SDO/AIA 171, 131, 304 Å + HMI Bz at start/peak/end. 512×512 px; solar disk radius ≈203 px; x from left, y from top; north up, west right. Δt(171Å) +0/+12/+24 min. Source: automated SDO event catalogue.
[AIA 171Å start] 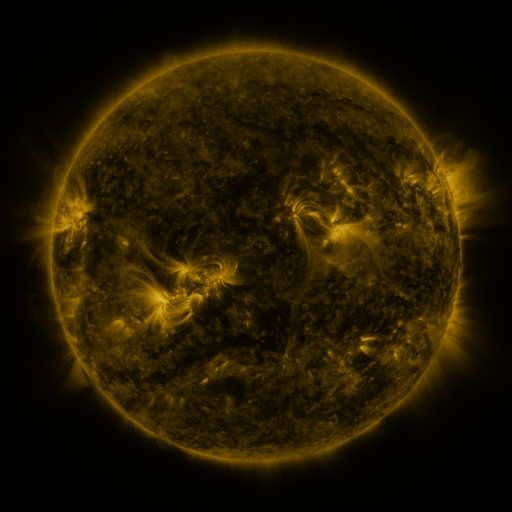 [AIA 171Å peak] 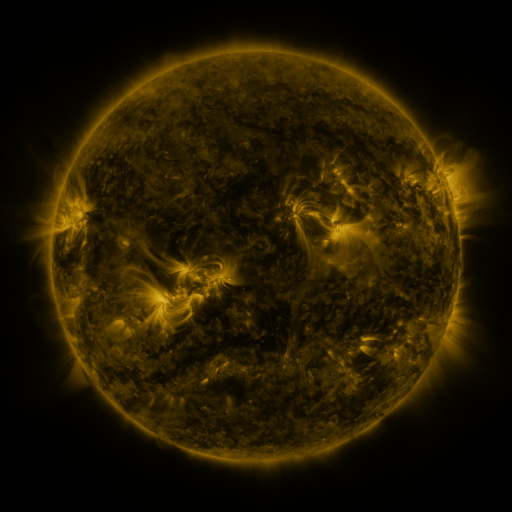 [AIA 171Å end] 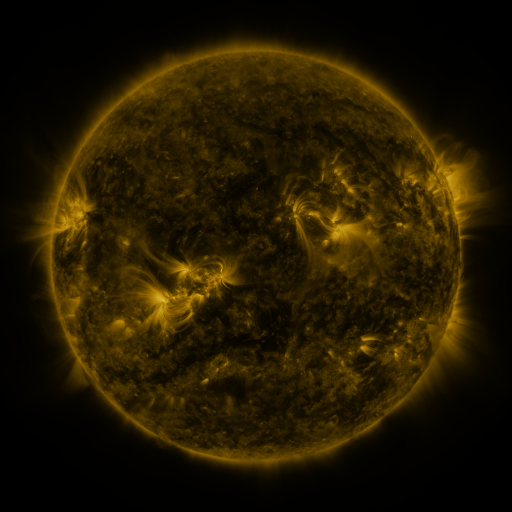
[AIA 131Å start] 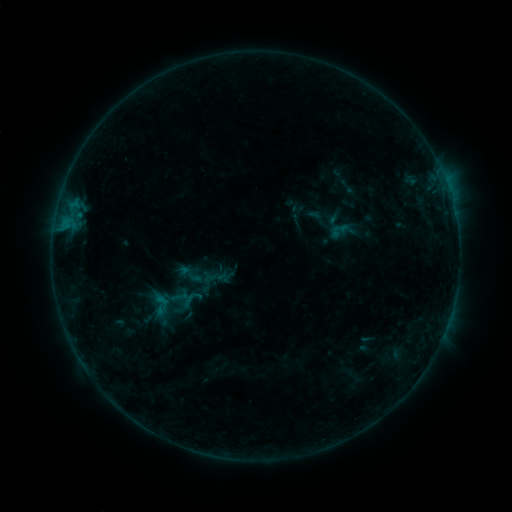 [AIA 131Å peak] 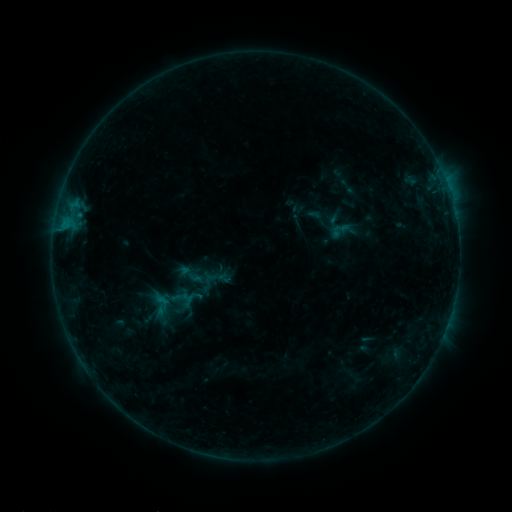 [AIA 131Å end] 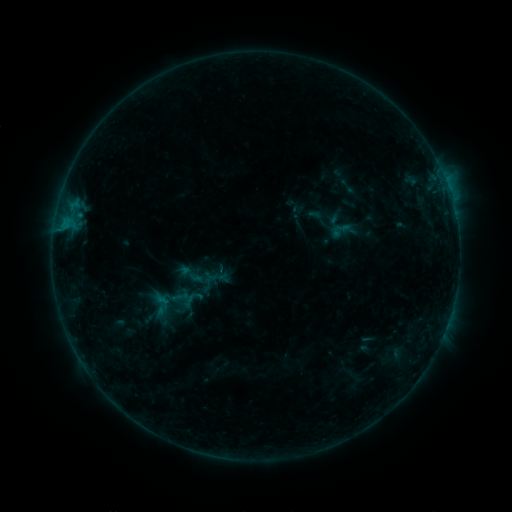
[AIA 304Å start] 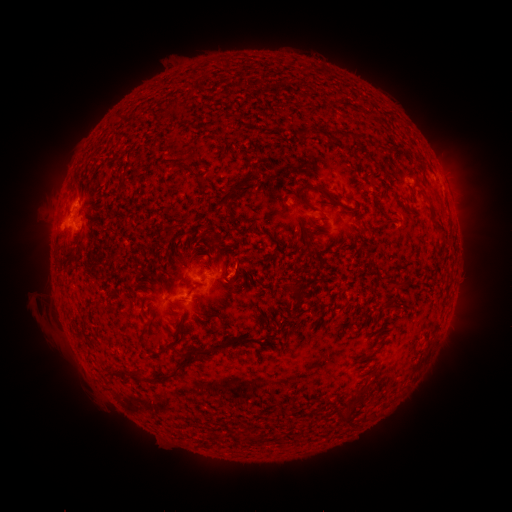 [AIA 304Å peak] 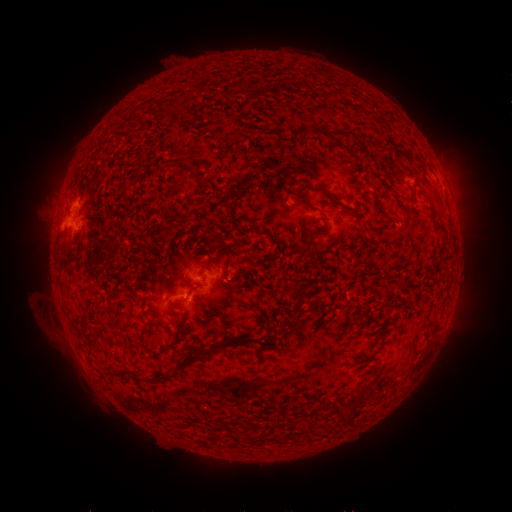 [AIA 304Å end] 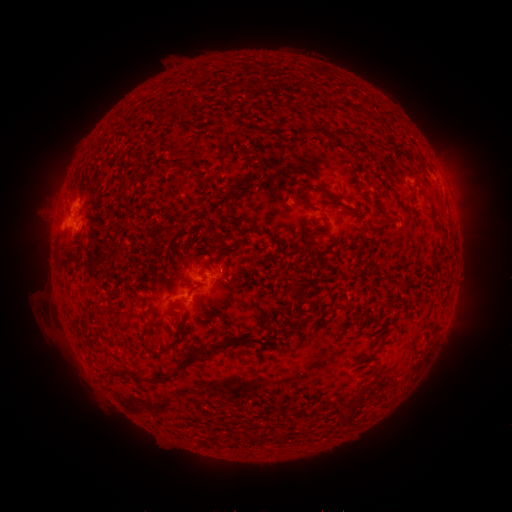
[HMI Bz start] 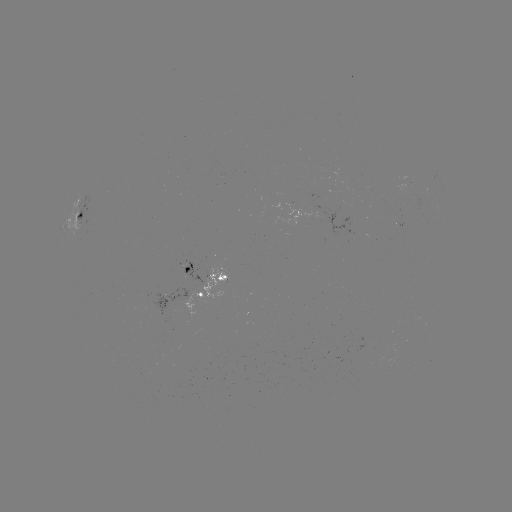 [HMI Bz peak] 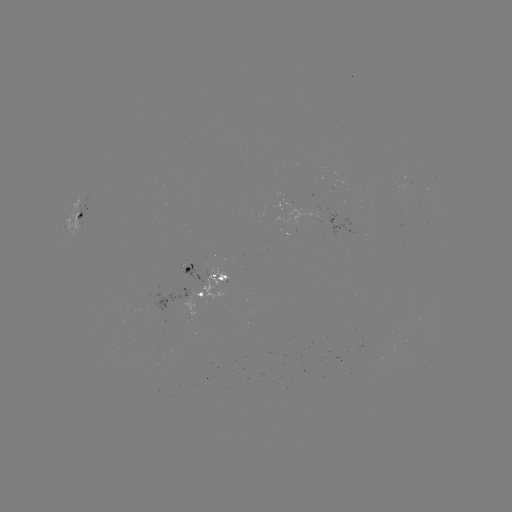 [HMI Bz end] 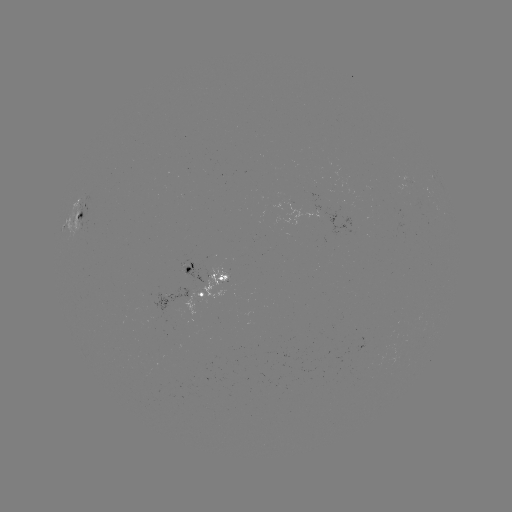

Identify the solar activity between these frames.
nothing was catalogued: no classed flare, no EUV trigger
